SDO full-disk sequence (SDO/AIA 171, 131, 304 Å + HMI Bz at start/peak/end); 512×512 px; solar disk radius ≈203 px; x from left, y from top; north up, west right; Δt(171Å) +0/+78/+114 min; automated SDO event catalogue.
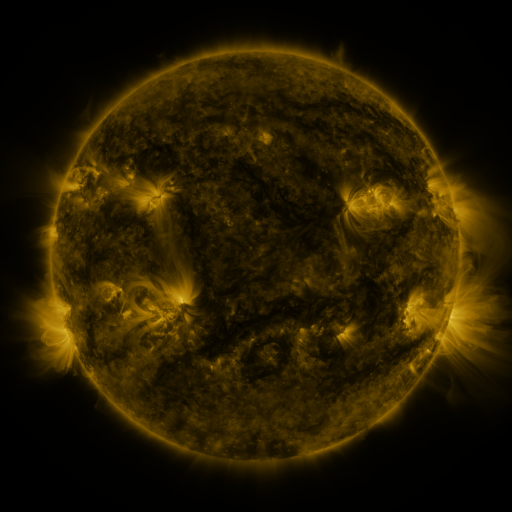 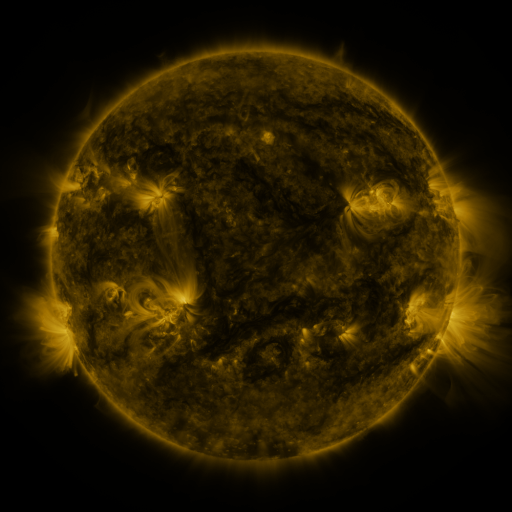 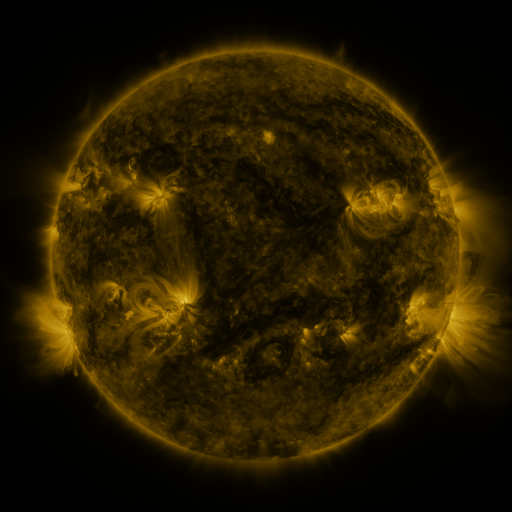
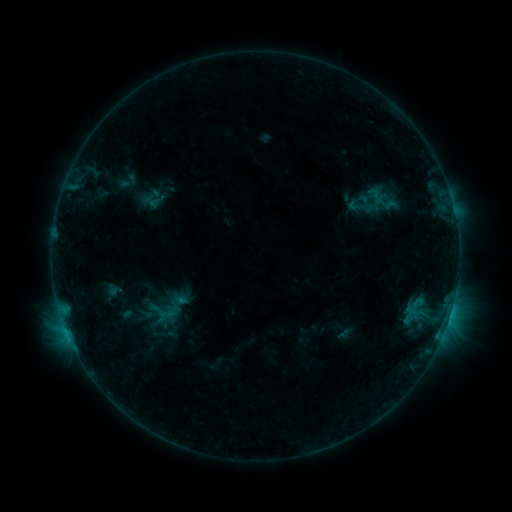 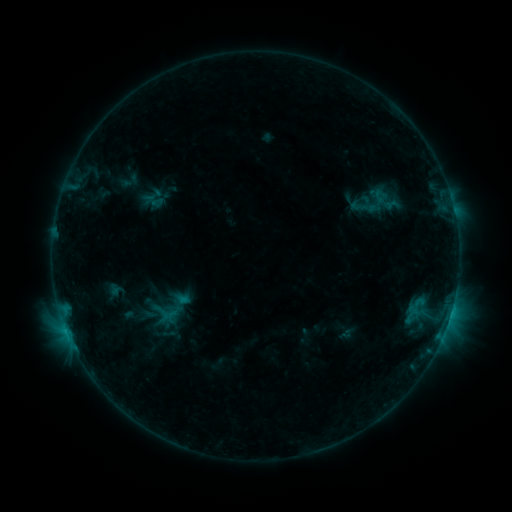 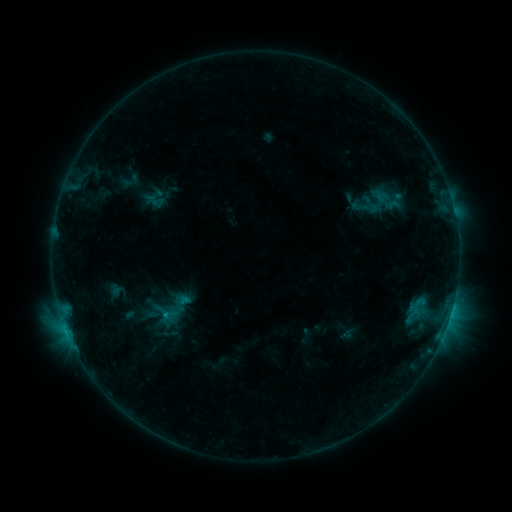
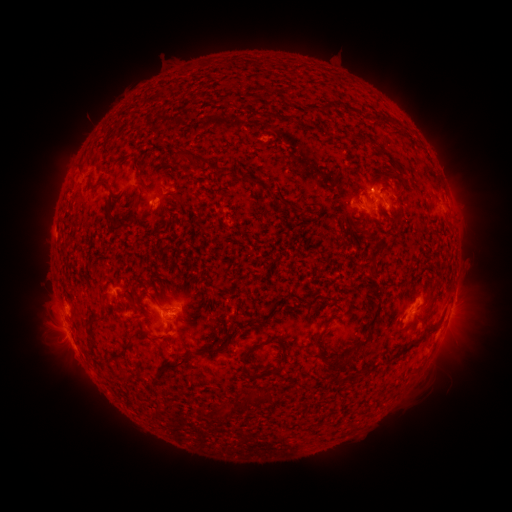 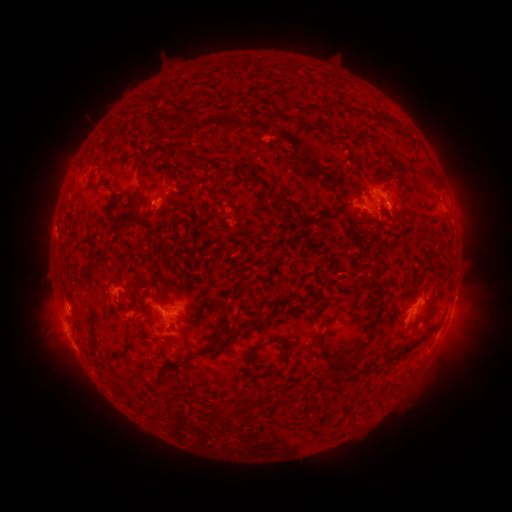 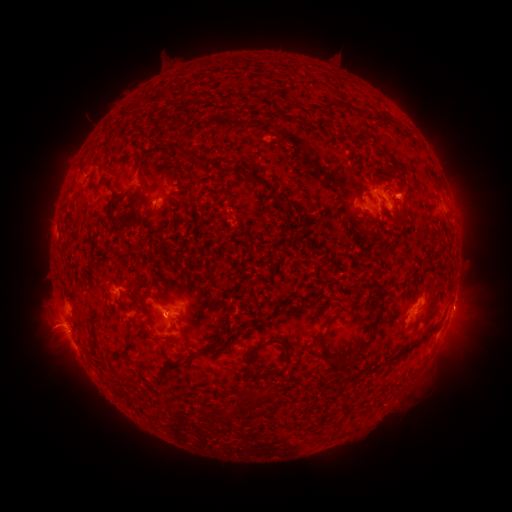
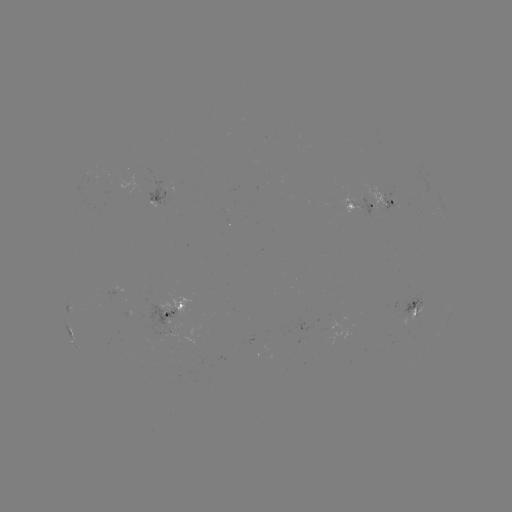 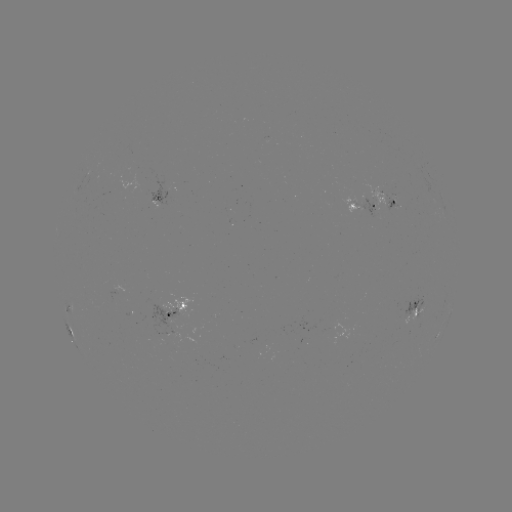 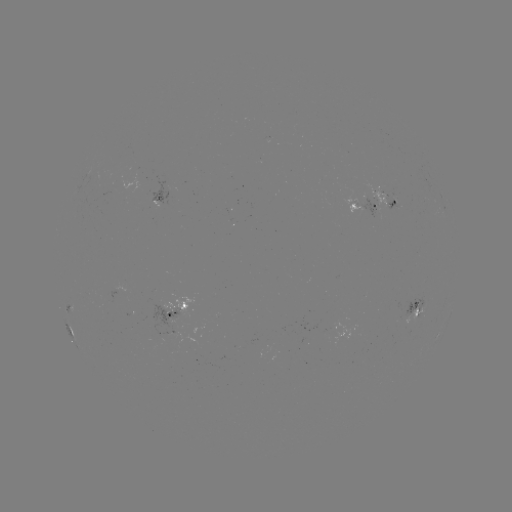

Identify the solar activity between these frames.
emerging-flux region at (408, 308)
